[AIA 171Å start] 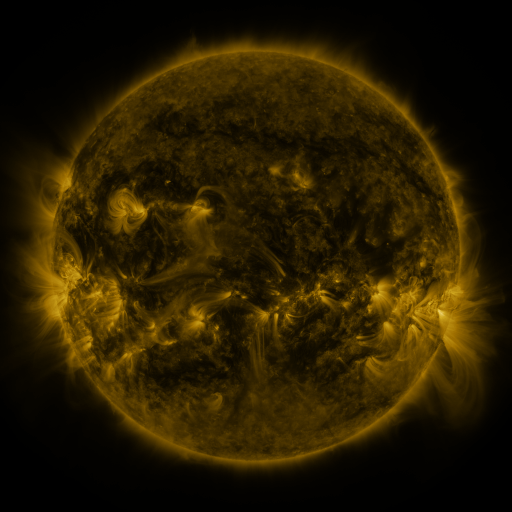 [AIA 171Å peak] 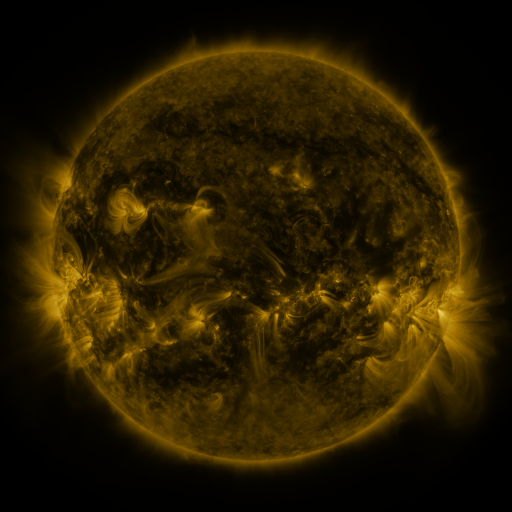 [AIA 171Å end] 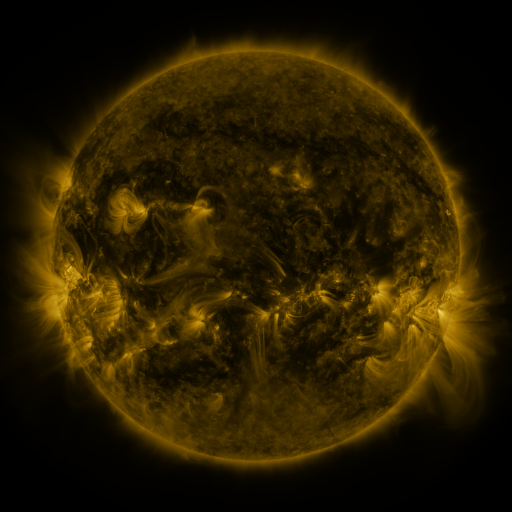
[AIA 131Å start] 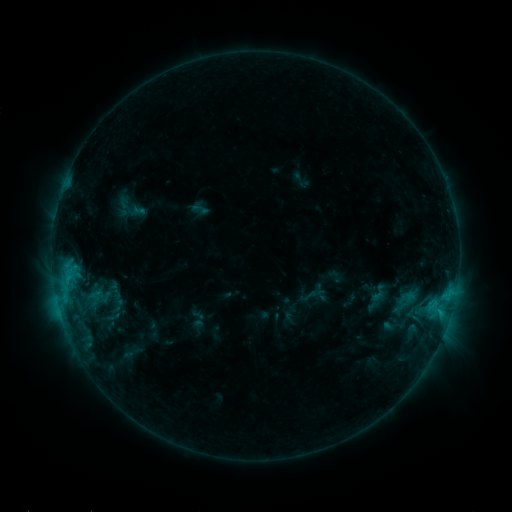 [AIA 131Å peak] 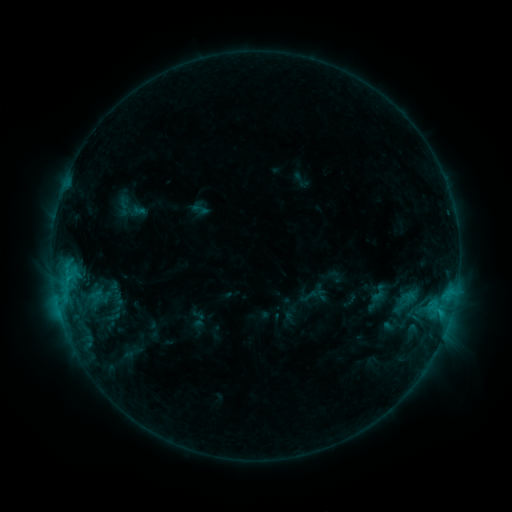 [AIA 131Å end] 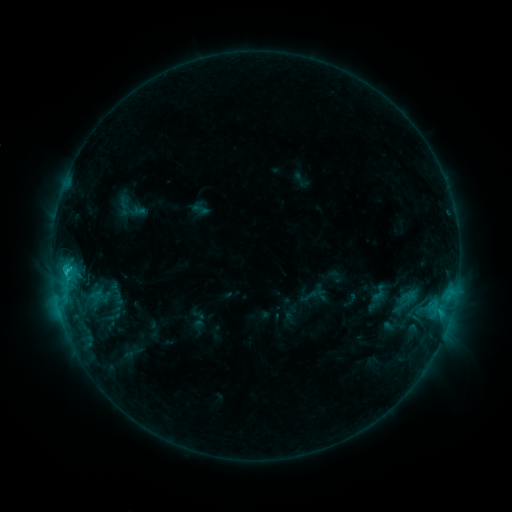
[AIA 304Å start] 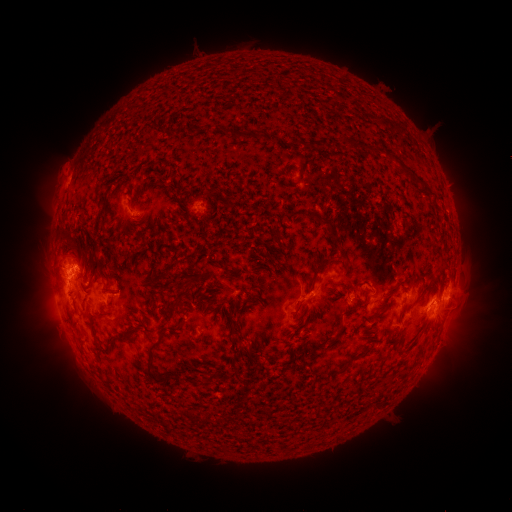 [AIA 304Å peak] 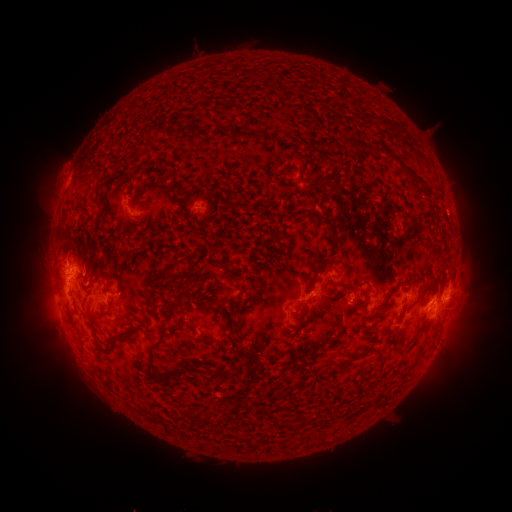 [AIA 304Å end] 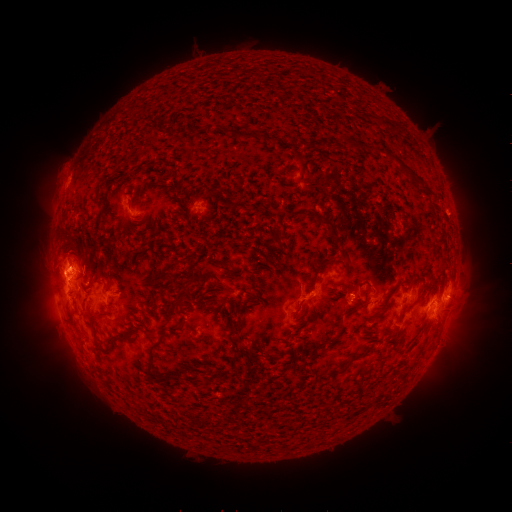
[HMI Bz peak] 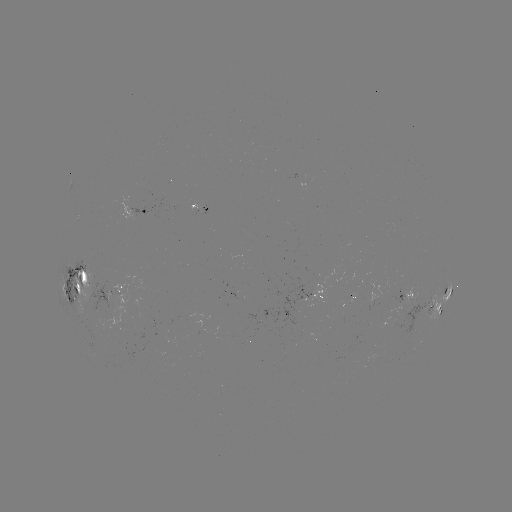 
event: eruption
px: (52, 278)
